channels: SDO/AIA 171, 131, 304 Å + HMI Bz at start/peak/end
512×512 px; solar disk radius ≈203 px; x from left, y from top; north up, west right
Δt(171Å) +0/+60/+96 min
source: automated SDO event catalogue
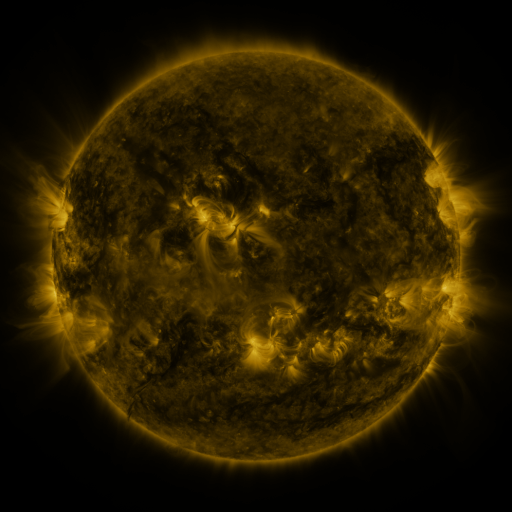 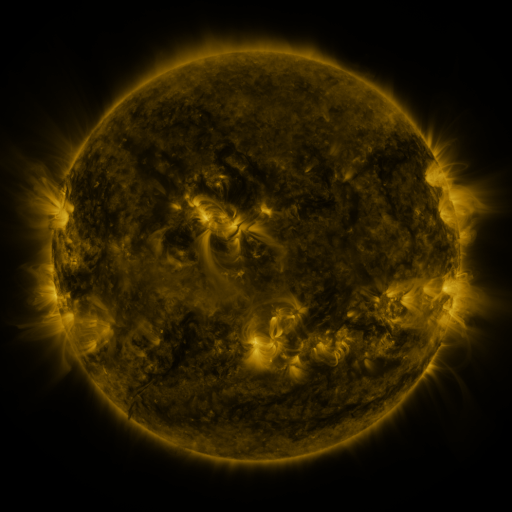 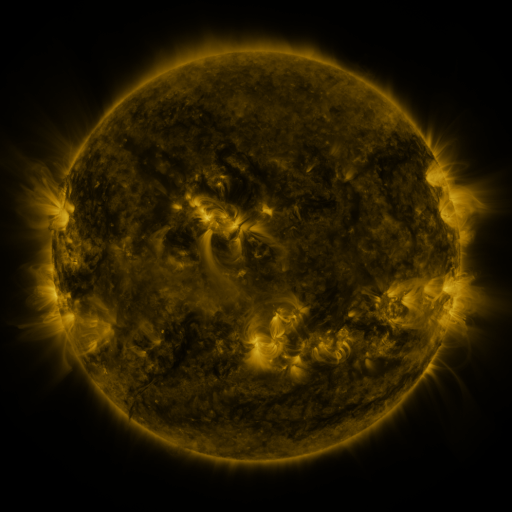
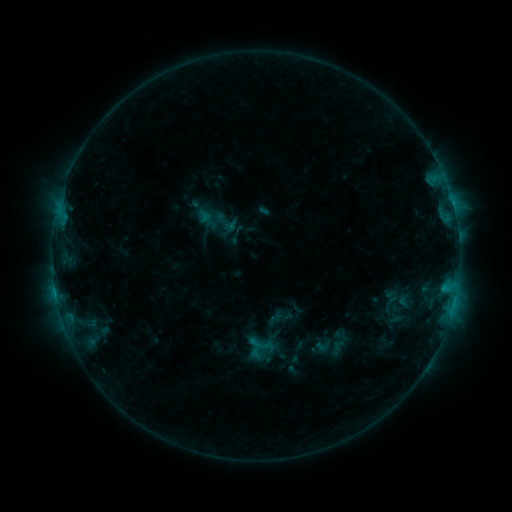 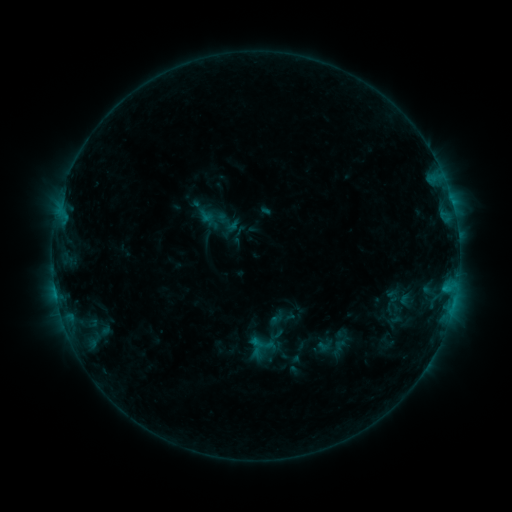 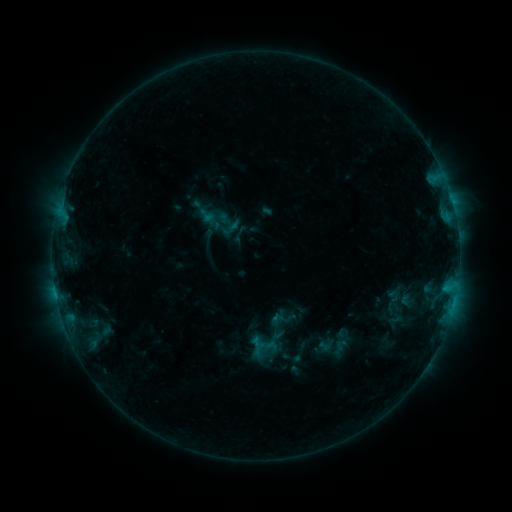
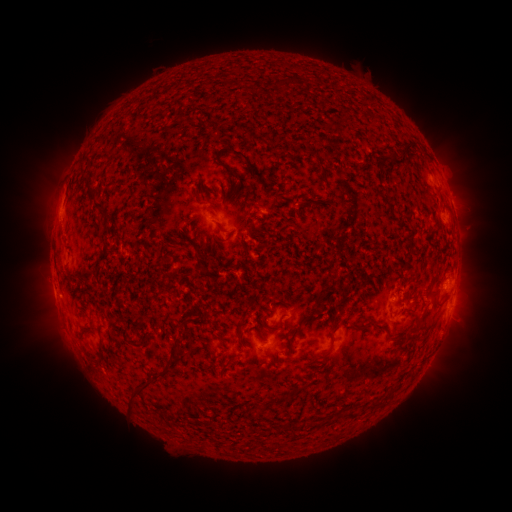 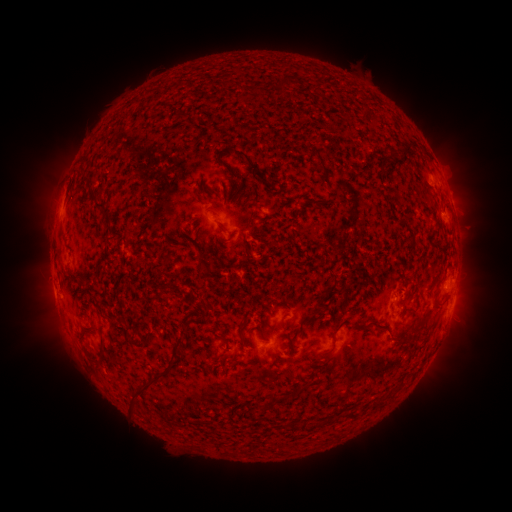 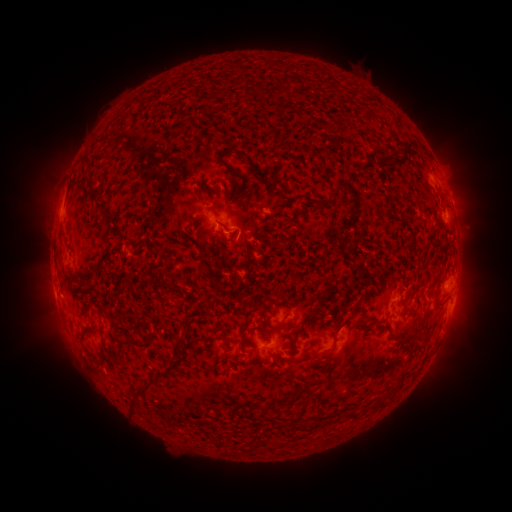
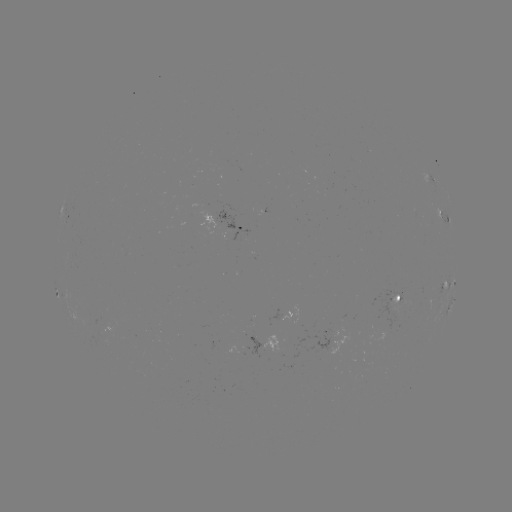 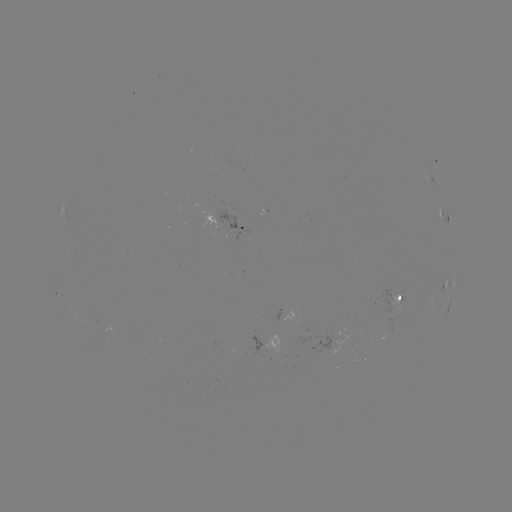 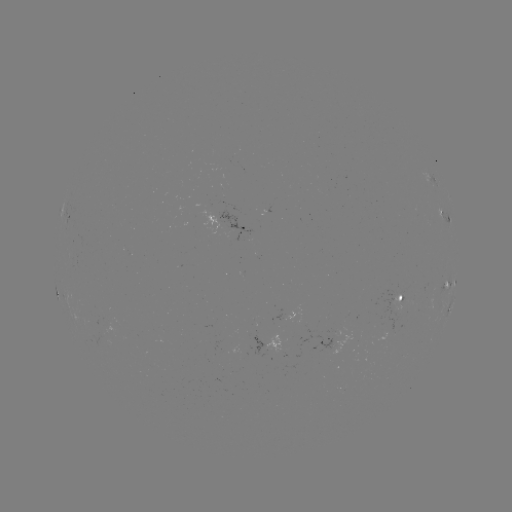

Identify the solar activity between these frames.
emerging-flux region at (417, 294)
